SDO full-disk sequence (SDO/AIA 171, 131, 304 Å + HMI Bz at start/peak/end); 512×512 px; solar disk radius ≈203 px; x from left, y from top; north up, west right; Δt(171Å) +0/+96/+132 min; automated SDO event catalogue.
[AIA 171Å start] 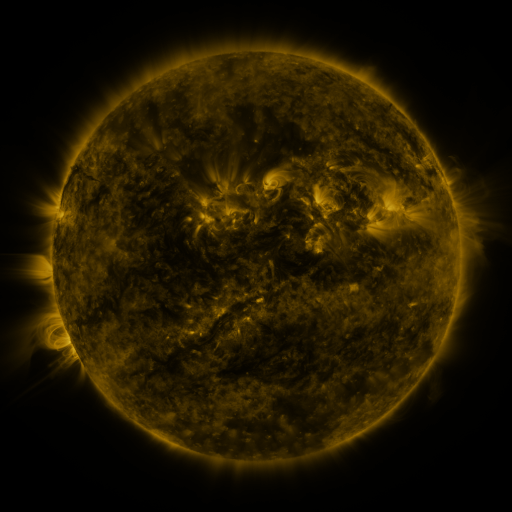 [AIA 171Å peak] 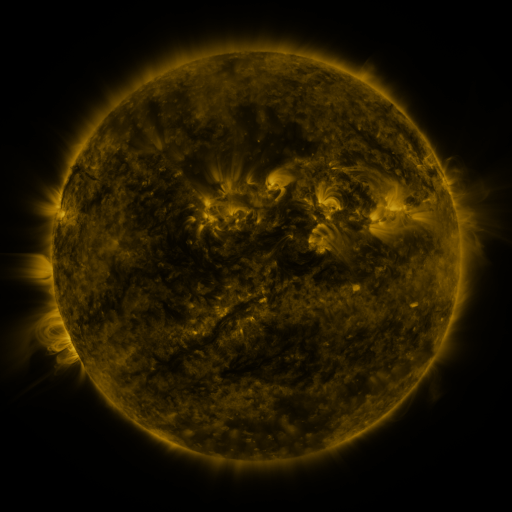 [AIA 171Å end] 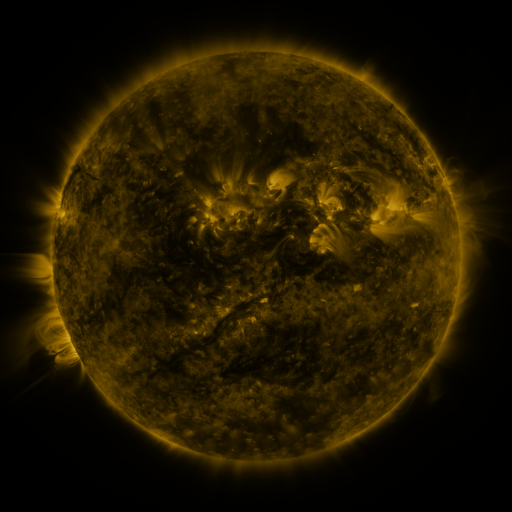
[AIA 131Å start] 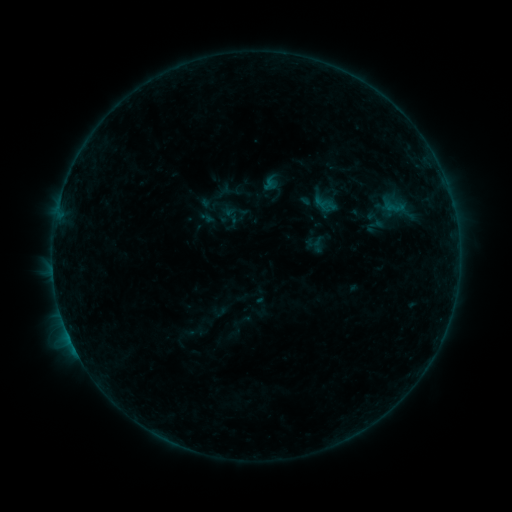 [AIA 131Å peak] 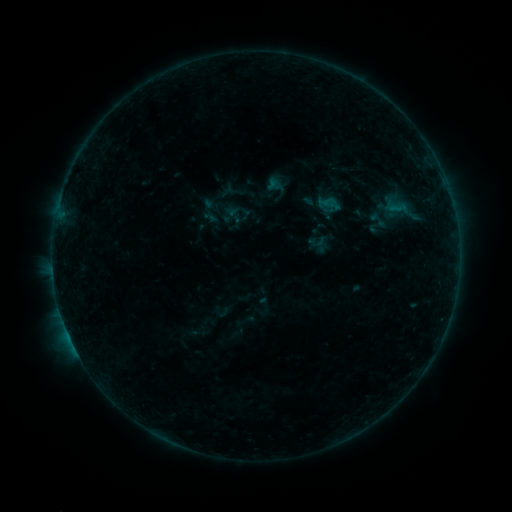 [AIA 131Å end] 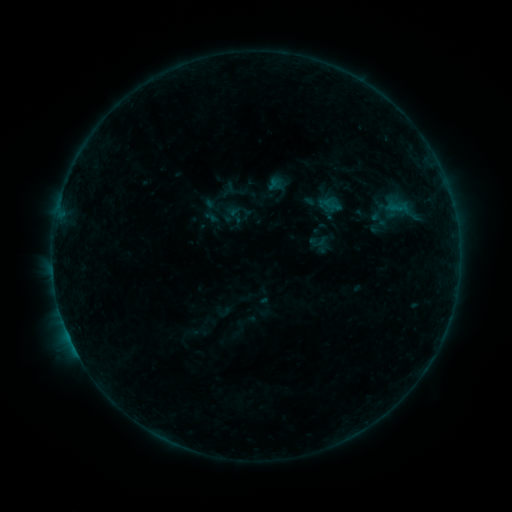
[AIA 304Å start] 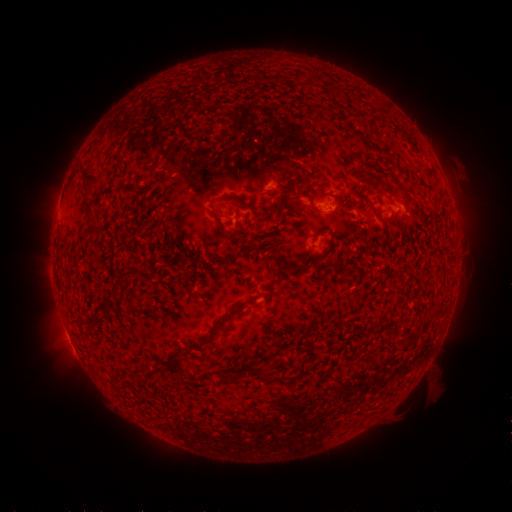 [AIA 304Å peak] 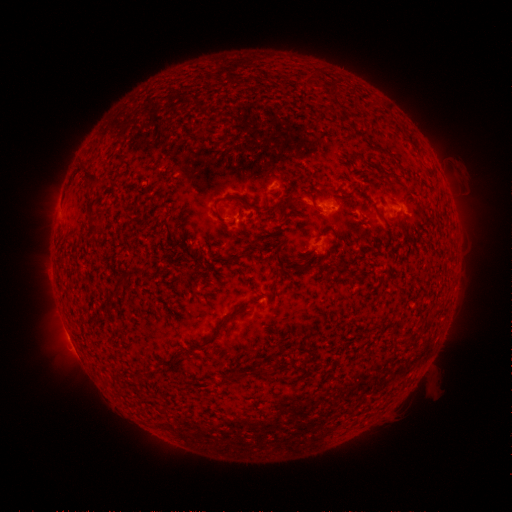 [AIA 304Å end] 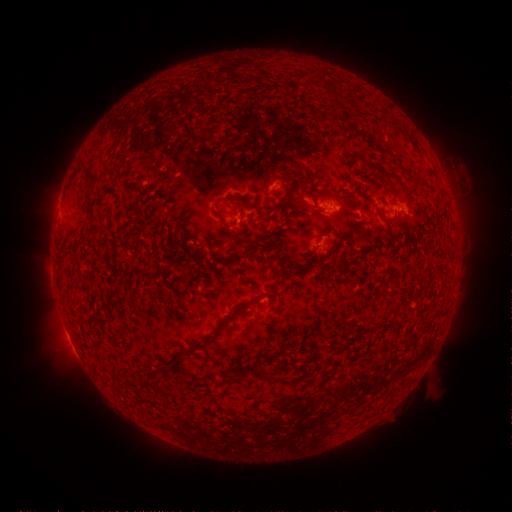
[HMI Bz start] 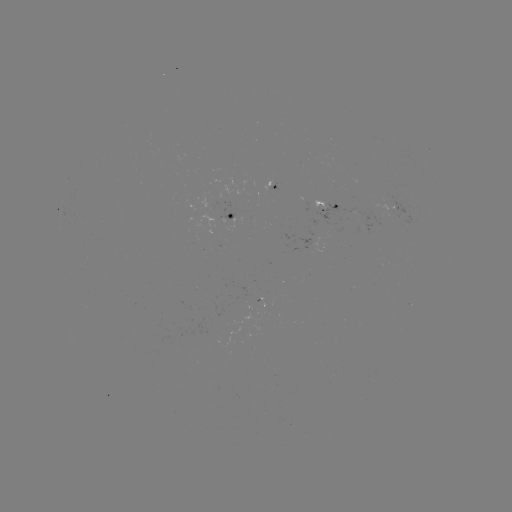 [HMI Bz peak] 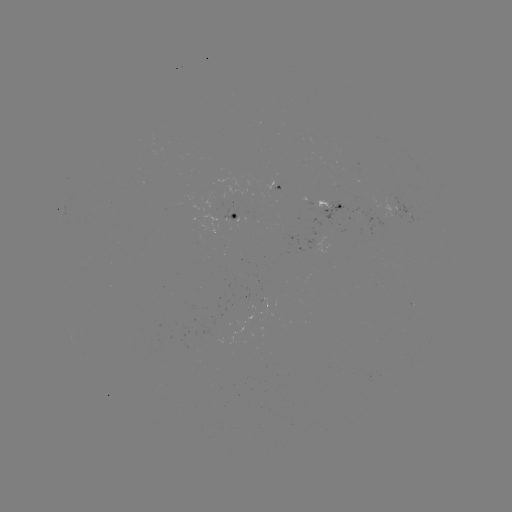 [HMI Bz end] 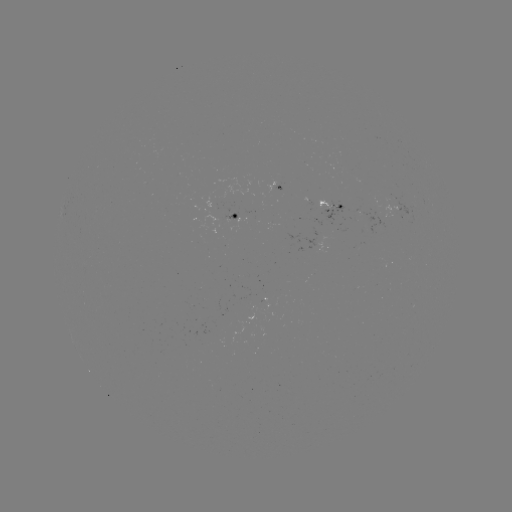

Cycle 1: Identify emerging-flux region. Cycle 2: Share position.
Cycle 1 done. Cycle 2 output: [223, 223].